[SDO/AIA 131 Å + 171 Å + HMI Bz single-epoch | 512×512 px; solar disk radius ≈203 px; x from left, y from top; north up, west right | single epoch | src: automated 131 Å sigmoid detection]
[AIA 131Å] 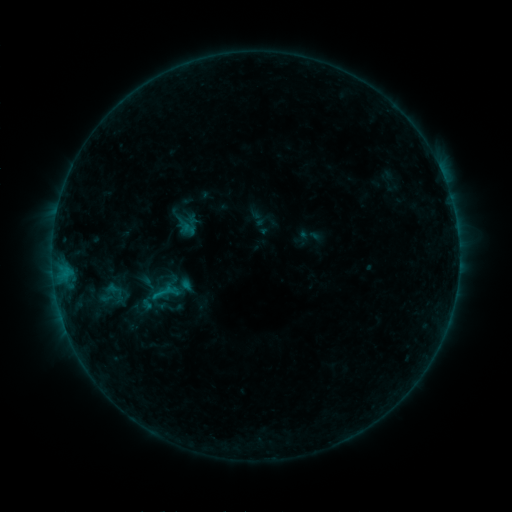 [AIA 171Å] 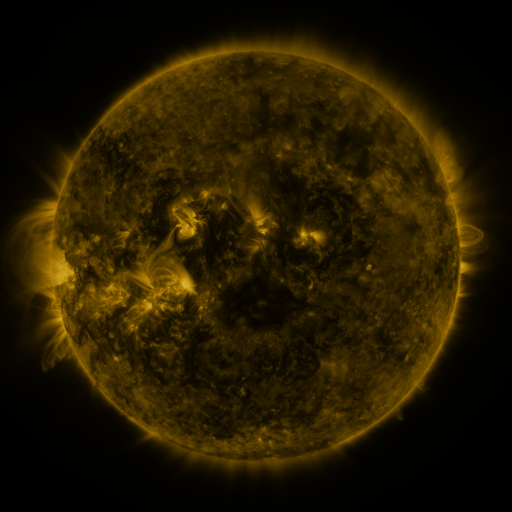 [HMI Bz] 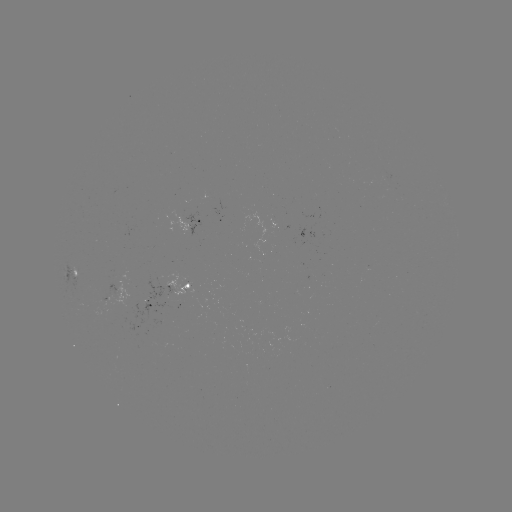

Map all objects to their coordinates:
sigmoid: (163, 293)
